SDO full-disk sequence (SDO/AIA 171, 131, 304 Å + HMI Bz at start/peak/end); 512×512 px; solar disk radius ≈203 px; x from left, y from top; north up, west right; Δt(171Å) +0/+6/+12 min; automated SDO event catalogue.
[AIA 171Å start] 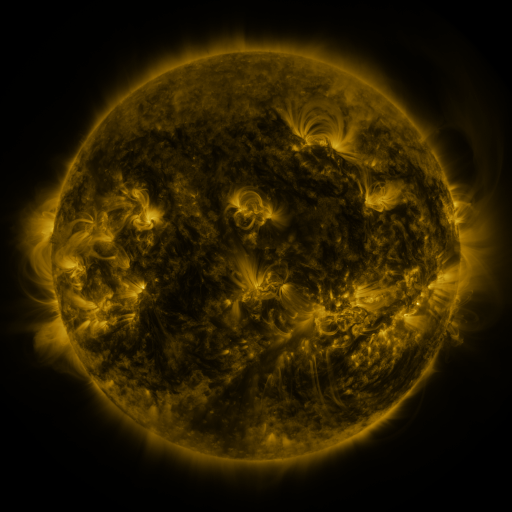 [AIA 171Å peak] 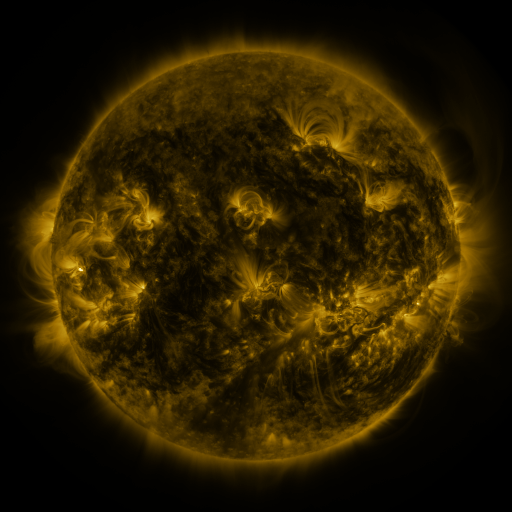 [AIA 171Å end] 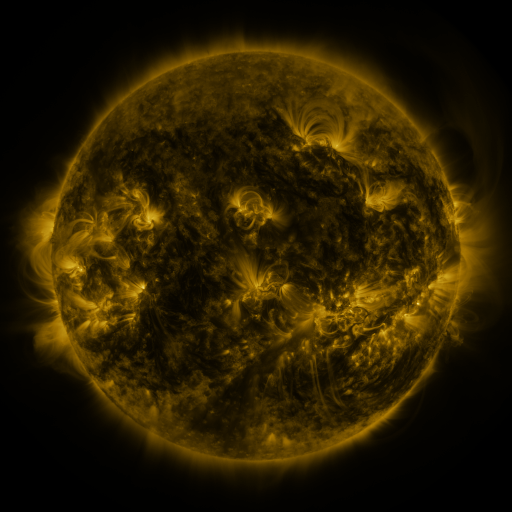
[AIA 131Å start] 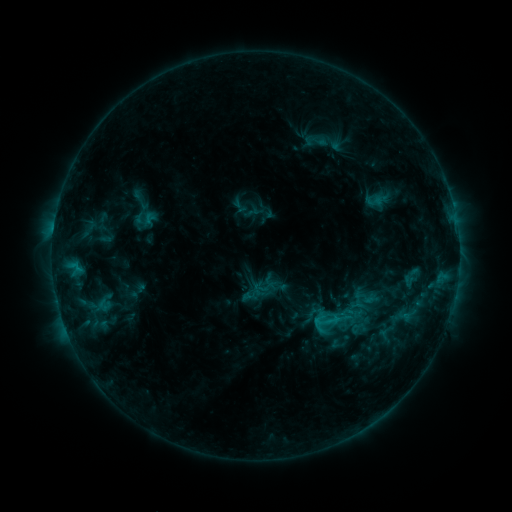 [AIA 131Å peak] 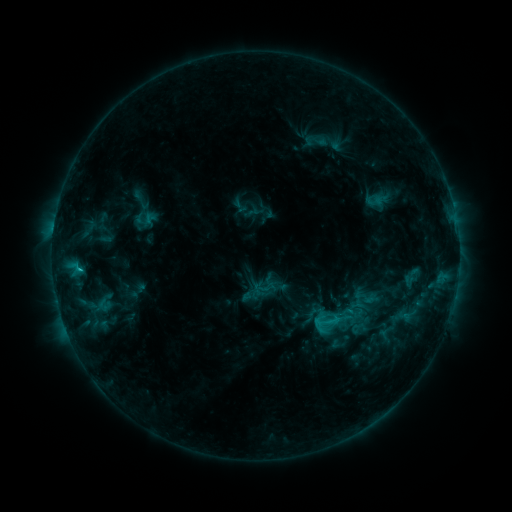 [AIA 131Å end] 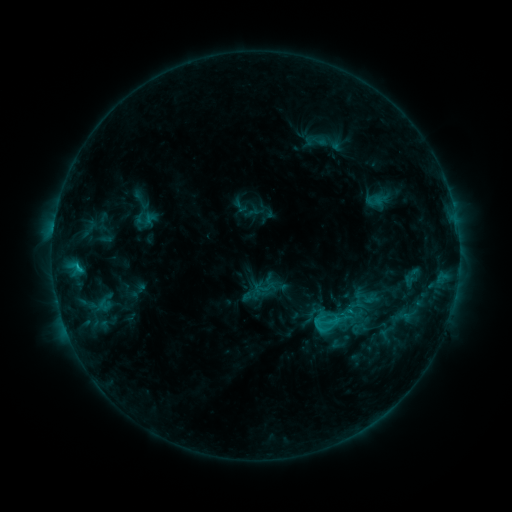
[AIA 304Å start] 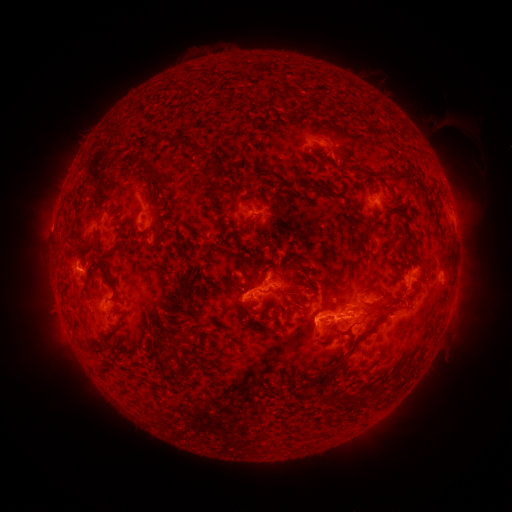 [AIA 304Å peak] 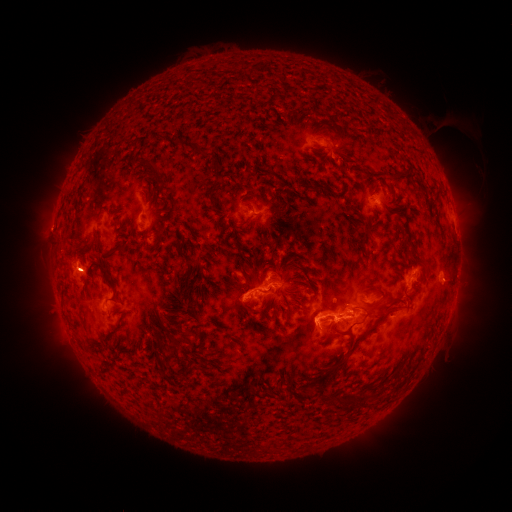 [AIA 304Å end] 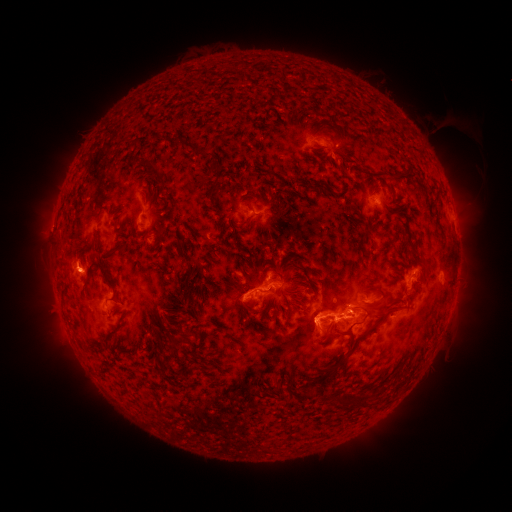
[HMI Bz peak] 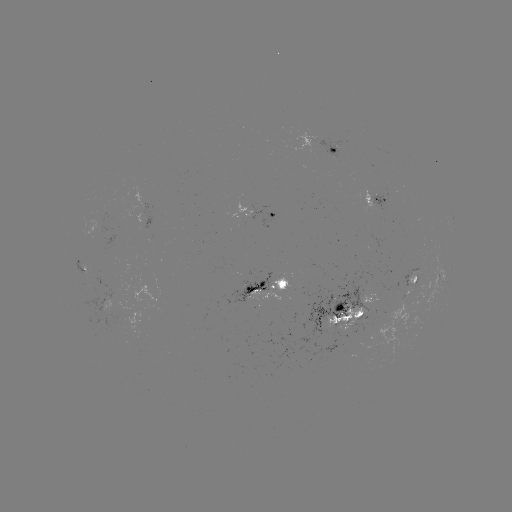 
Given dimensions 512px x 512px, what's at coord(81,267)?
C2.8 flare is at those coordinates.